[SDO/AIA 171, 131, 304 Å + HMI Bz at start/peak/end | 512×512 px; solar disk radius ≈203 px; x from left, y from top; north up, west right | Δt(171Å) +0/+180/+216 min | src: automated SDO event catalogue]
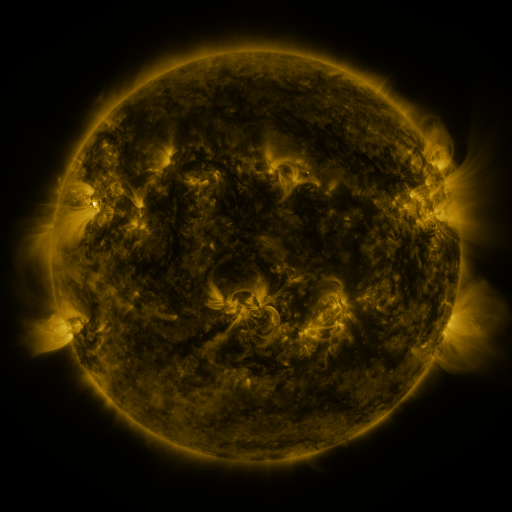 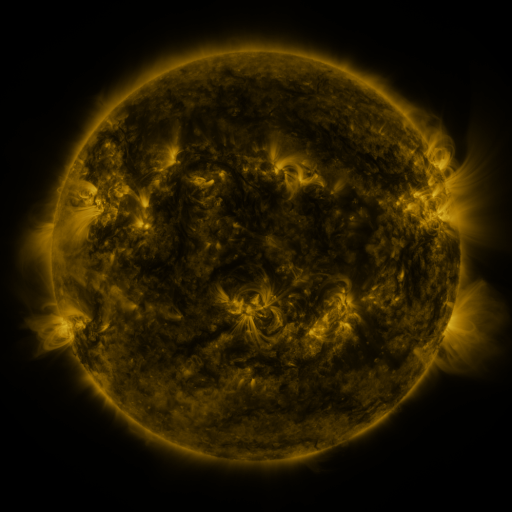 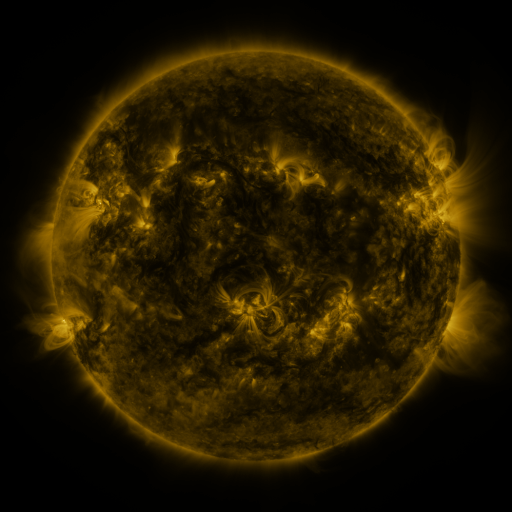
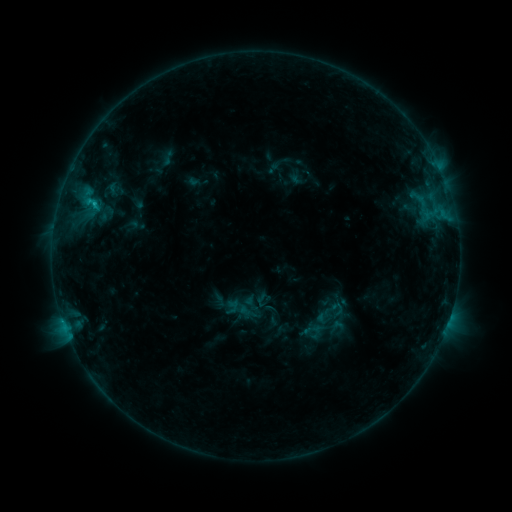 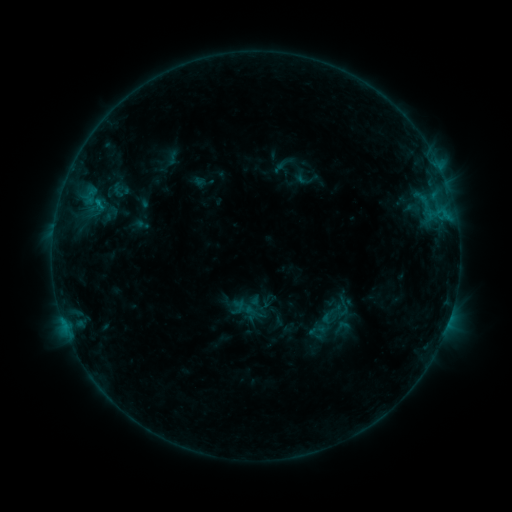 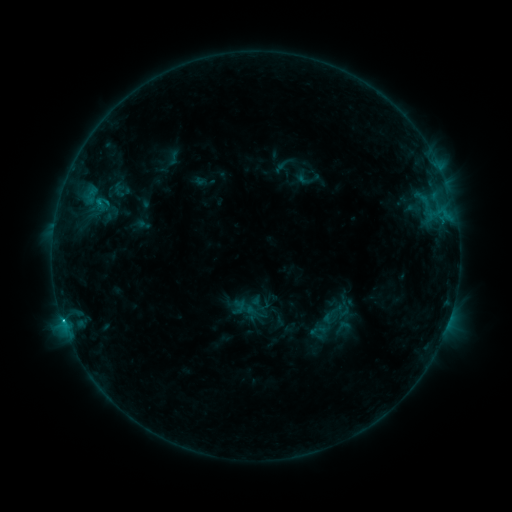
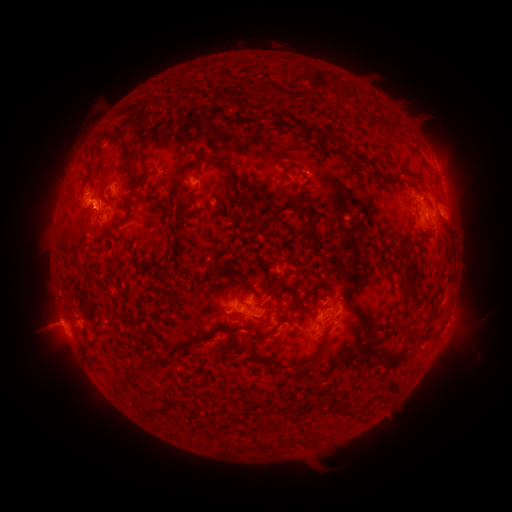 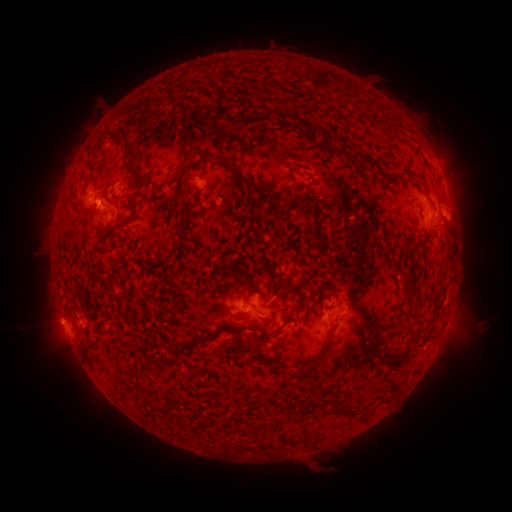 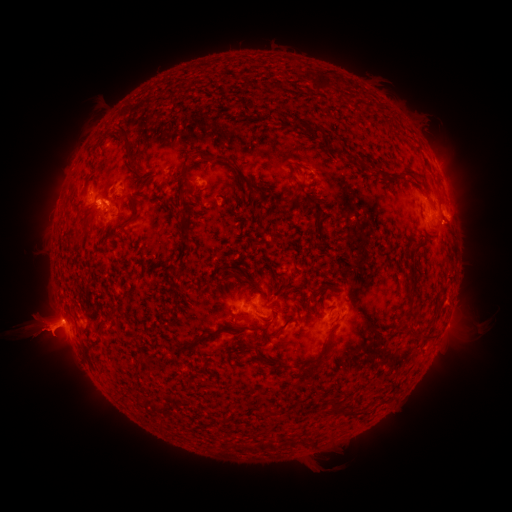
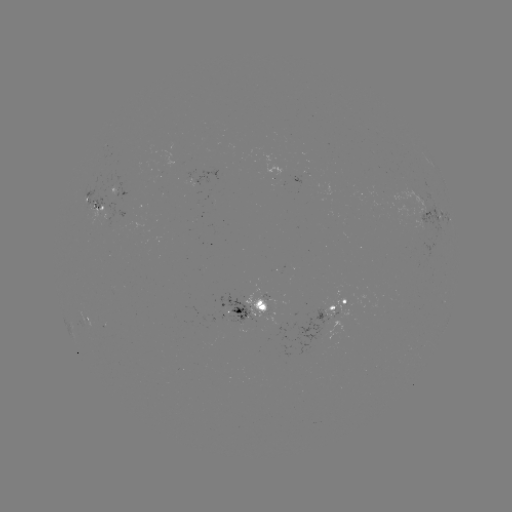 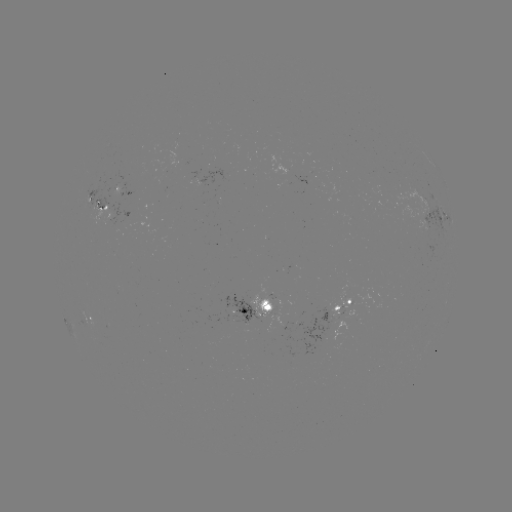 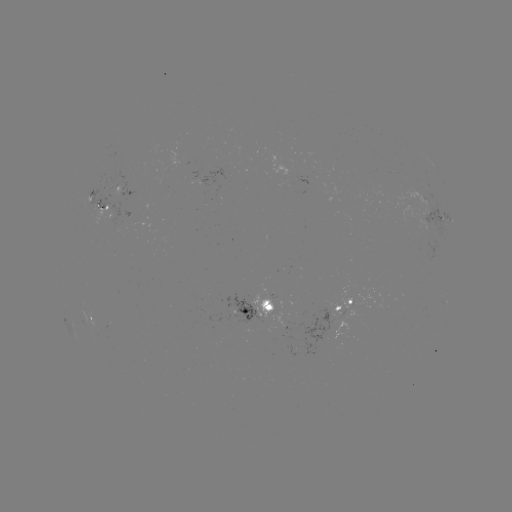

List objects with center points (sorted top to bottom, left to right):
emerging-flux region: (102, 211)
